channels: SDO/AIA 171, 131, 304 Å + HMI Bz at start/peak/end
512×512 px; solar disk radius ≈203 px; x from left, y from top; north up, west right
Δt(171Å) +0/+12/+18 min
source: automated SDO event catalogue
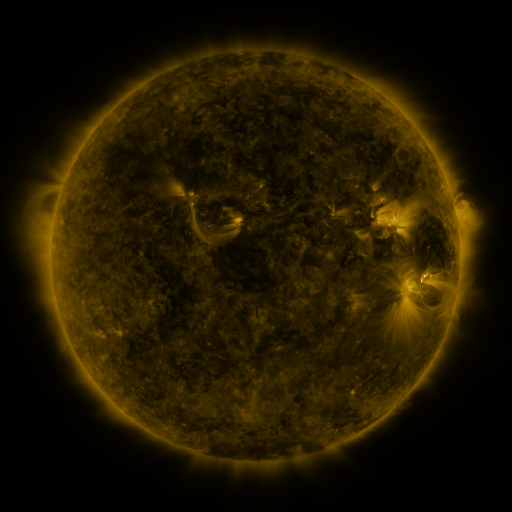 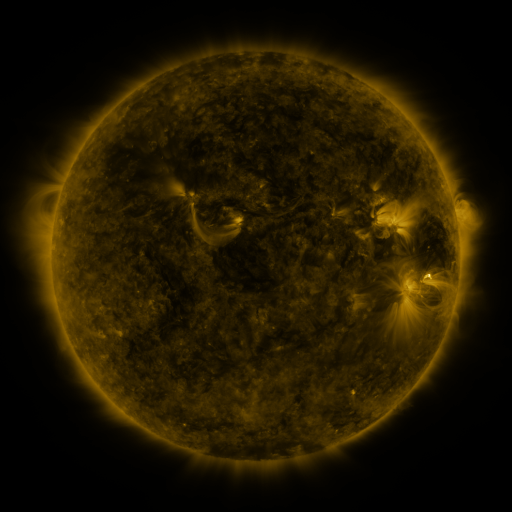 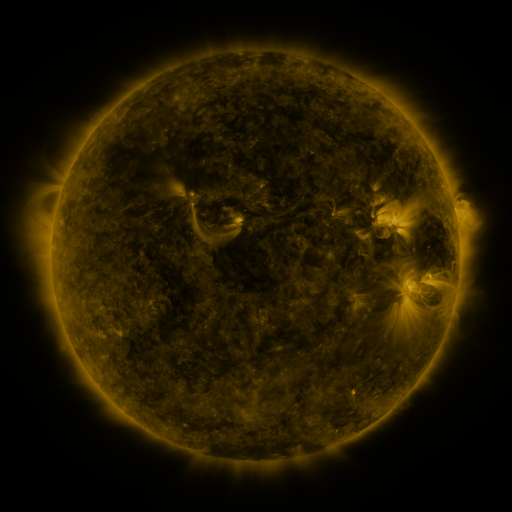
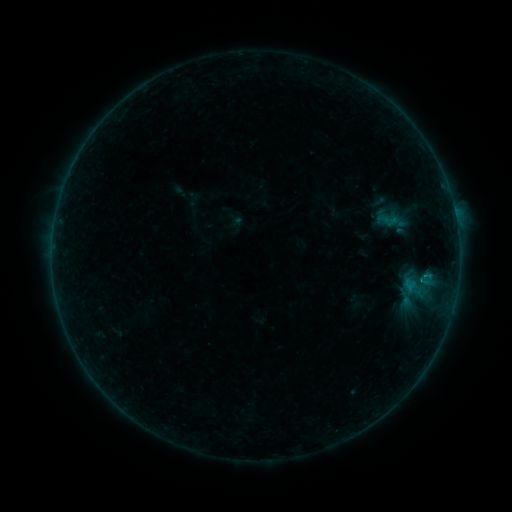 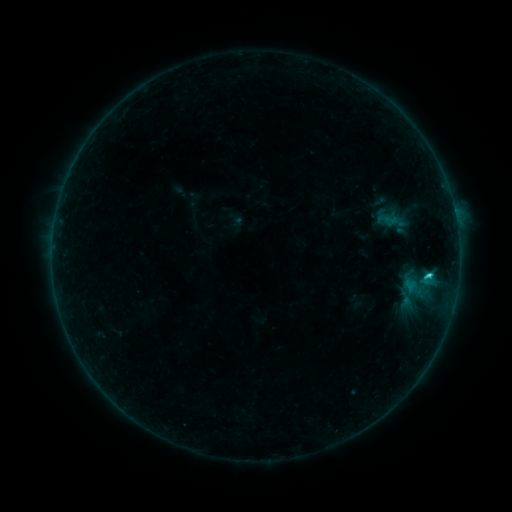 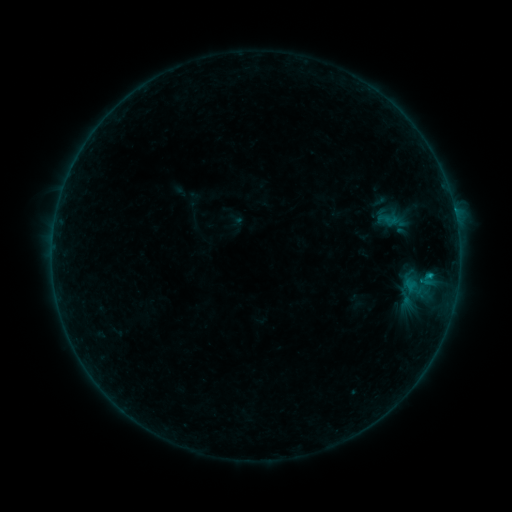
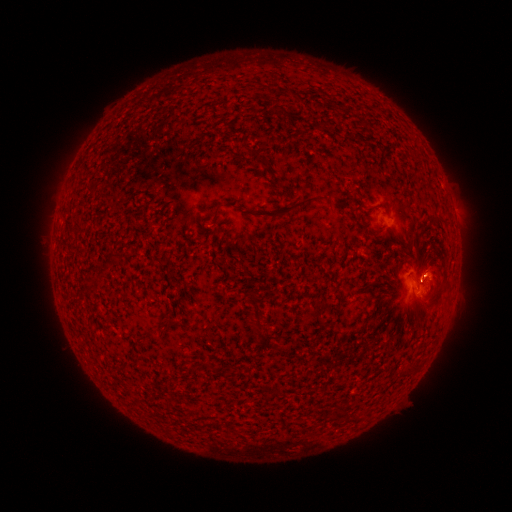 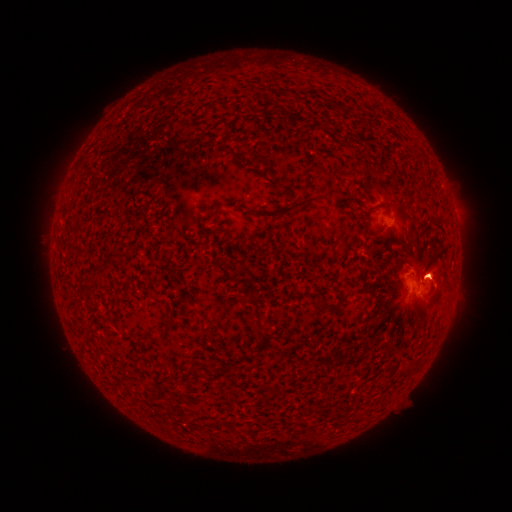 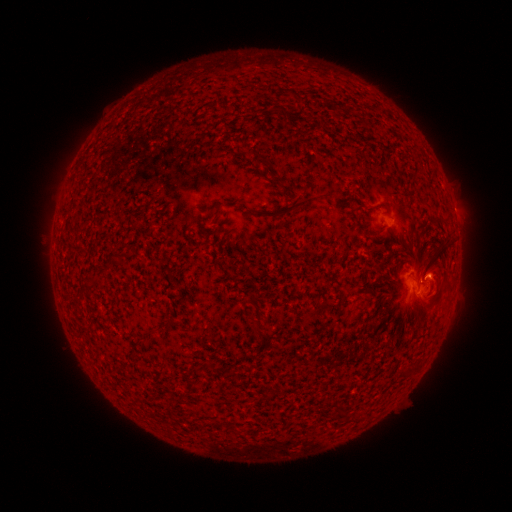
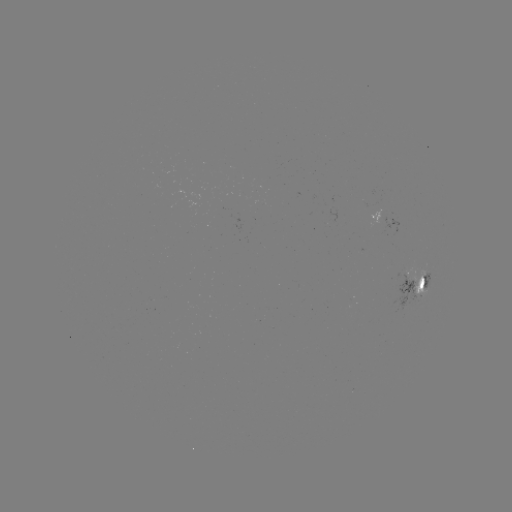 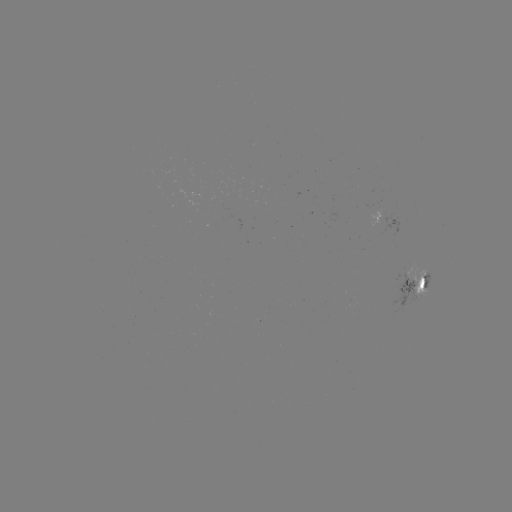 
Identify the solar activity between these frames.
C1.1 flare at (428, 274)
